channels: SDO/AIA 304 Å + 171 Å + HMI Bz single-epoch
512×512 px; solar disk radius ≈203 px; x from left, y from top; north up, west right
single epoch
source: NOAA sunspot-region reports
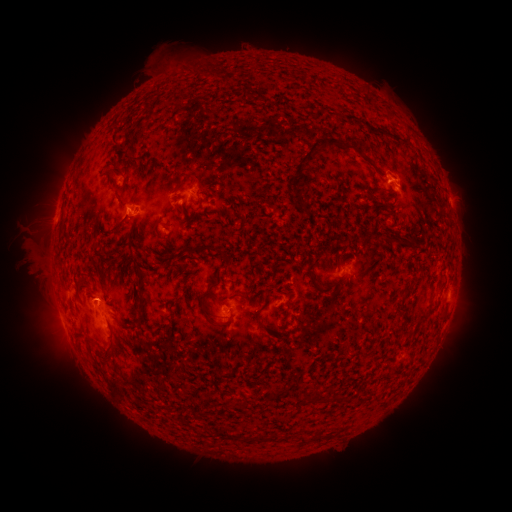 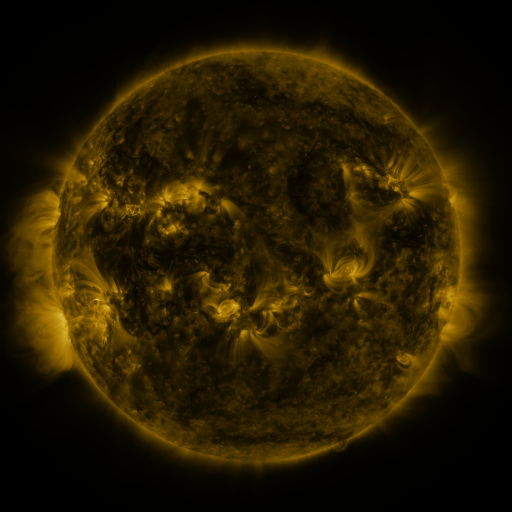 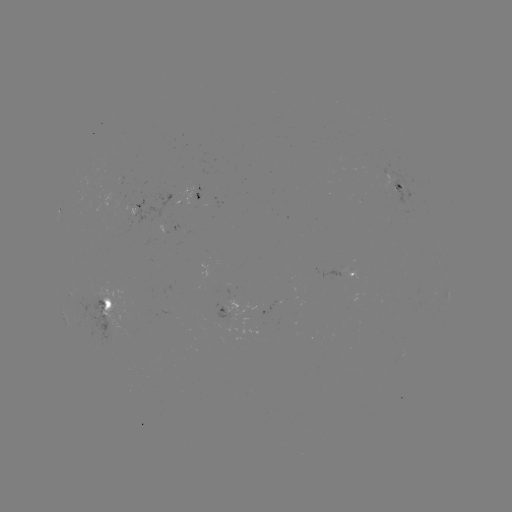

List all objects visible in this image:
spotted active region: (400, 191)
spotted active region: (200, 195)
spotted active region: (176, 227)
spotted active region: (350, 271)
spotted active region: (232, 310)
spotted active region: (105, 311)
